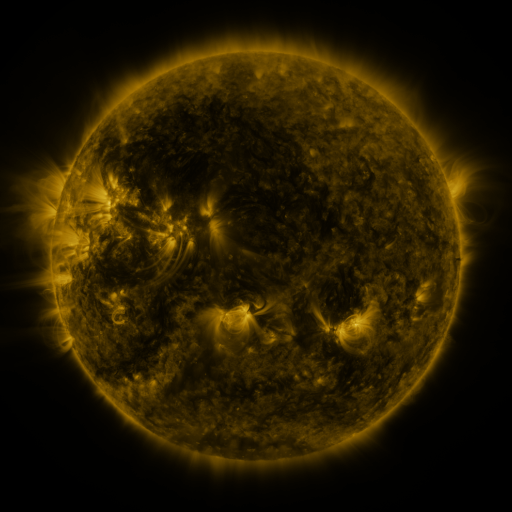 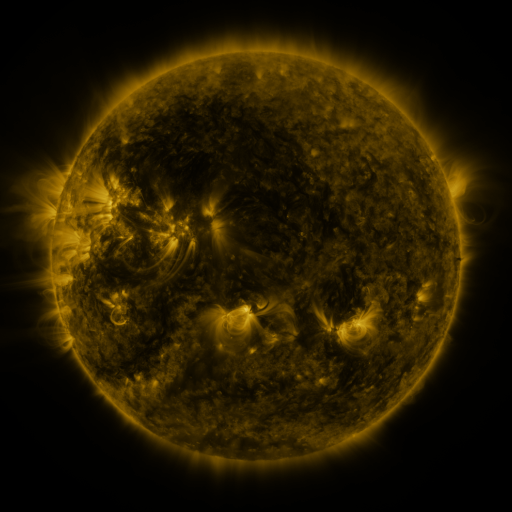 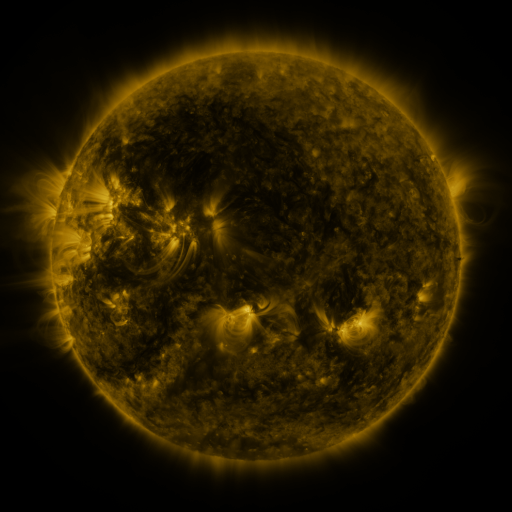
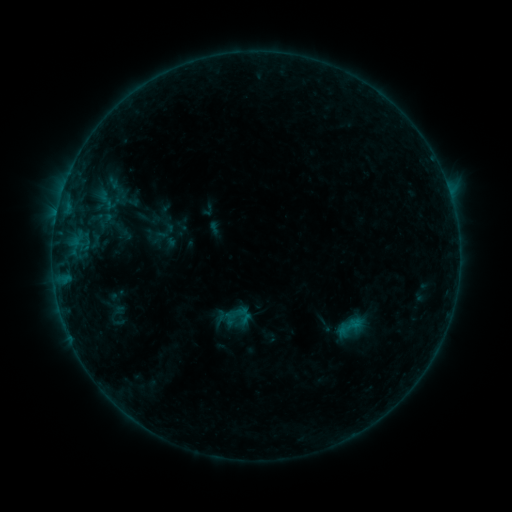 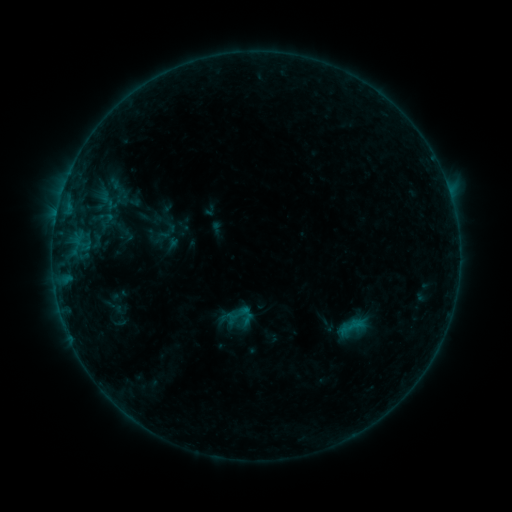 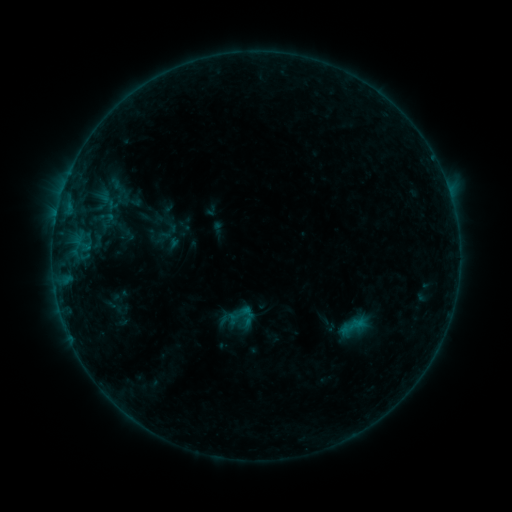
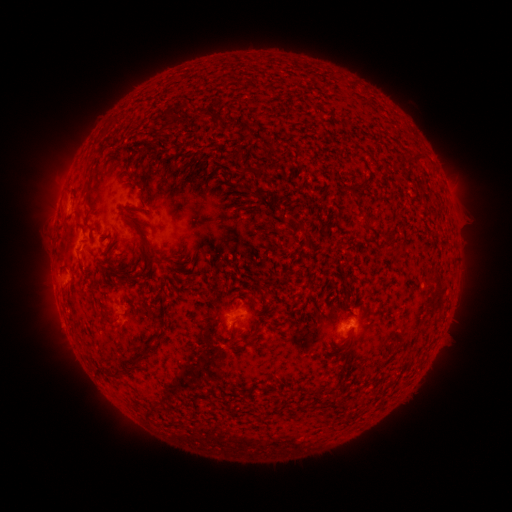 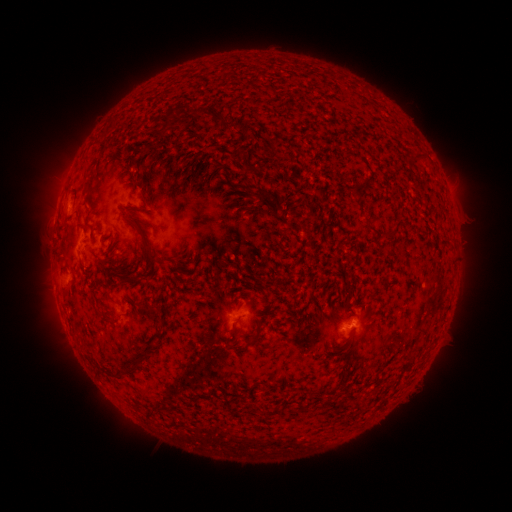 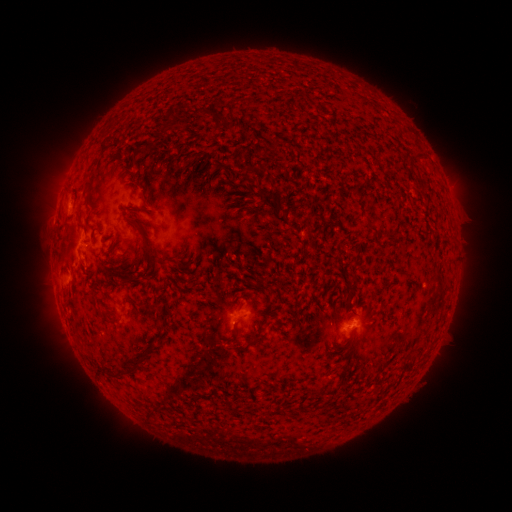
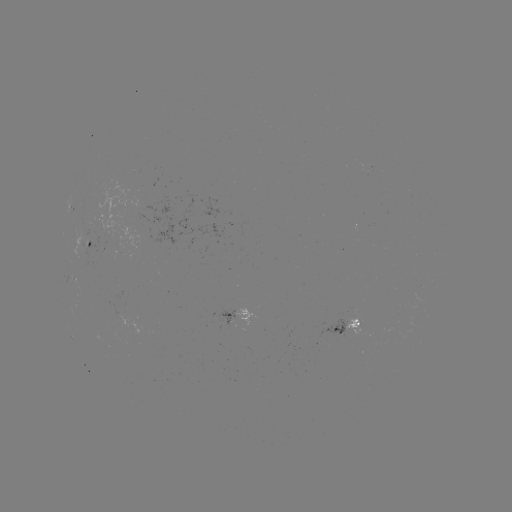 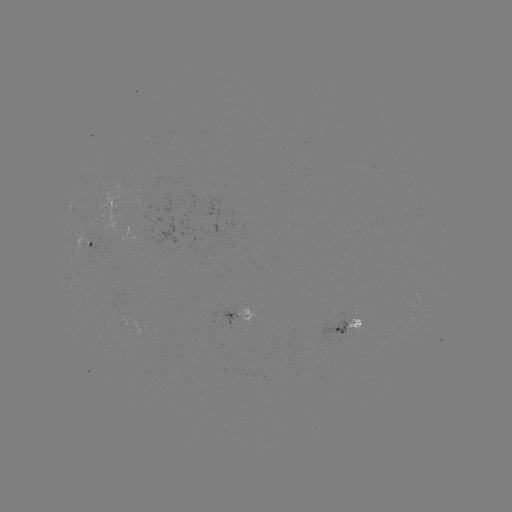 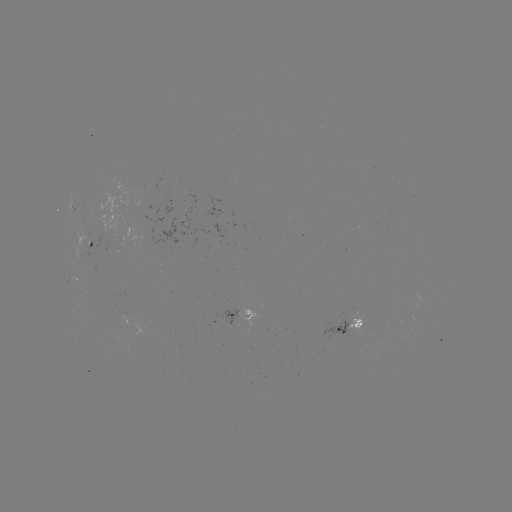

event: emerging-flux region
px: (358, 323)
